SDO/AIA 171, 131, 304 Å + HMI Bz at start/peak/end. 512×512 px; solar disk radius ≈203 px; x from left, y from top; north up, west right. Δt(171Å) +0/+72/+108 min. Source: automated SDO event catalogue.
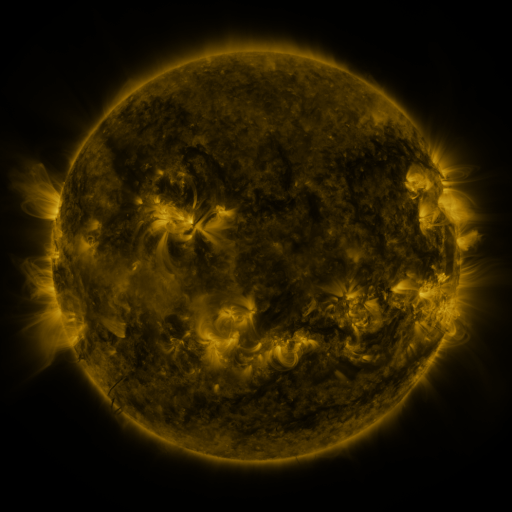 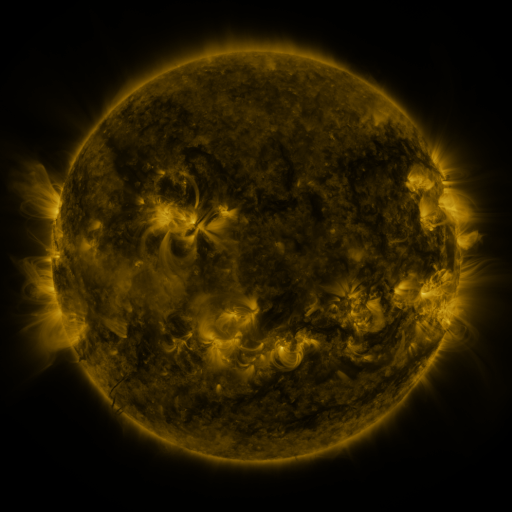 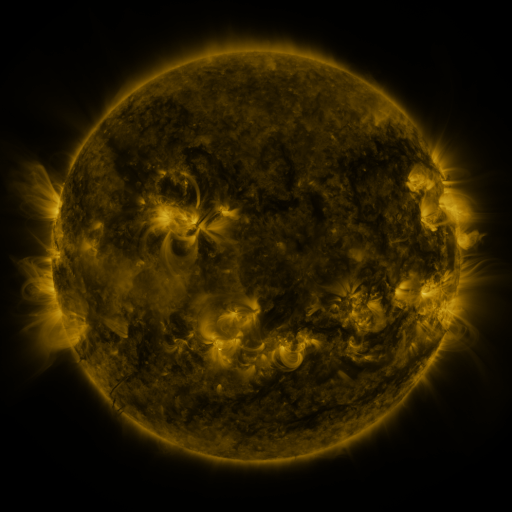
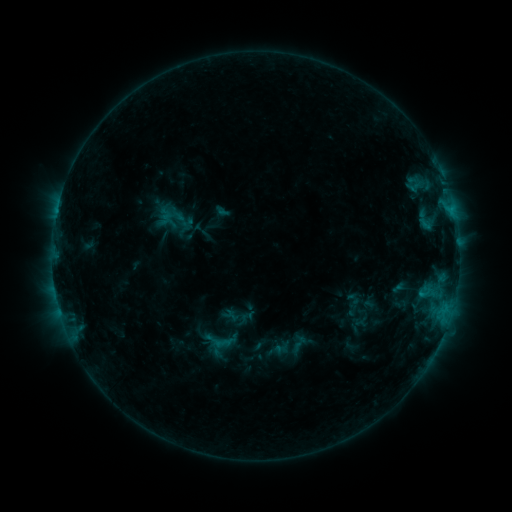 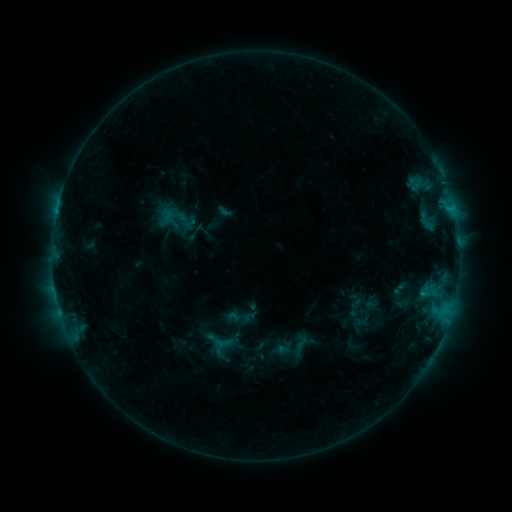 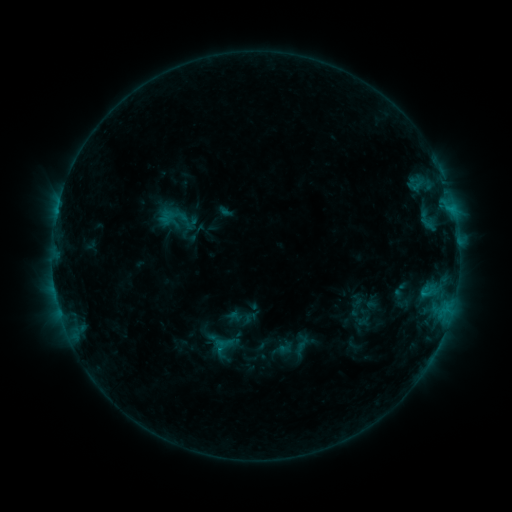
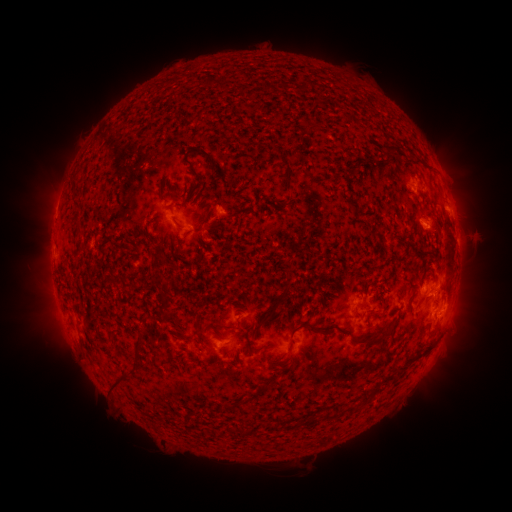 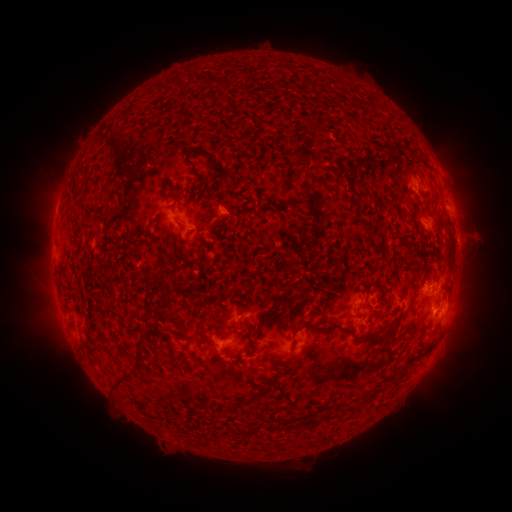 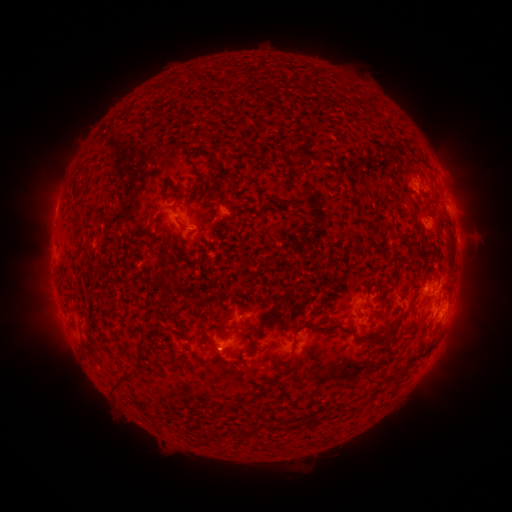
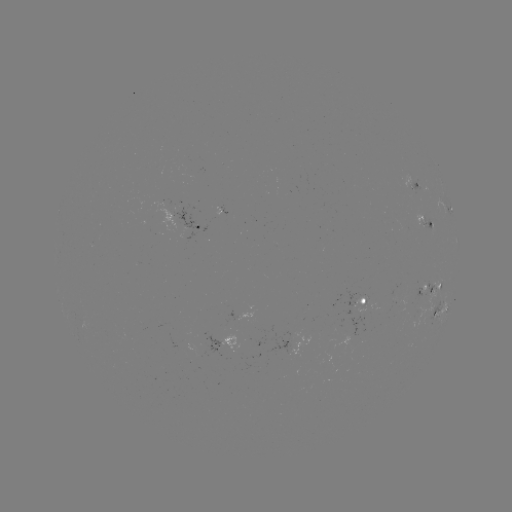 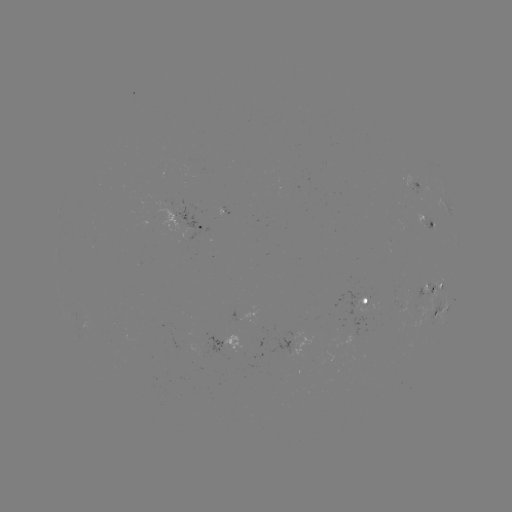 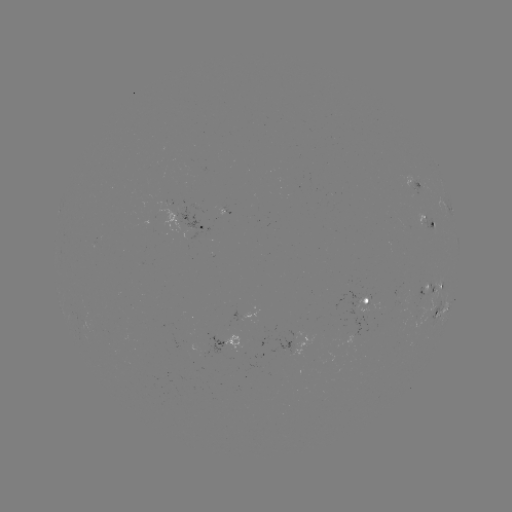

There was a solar emerging-flux region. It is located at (366, 299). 